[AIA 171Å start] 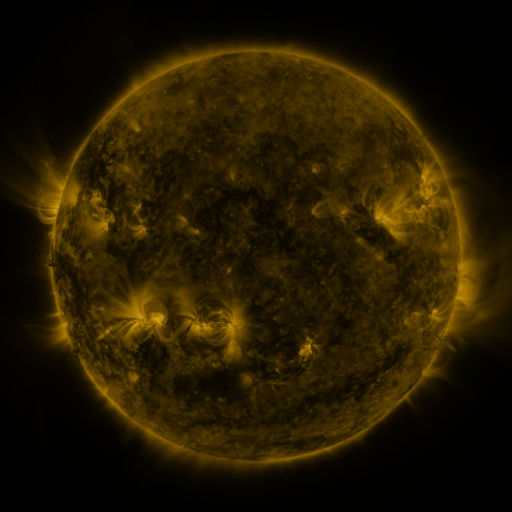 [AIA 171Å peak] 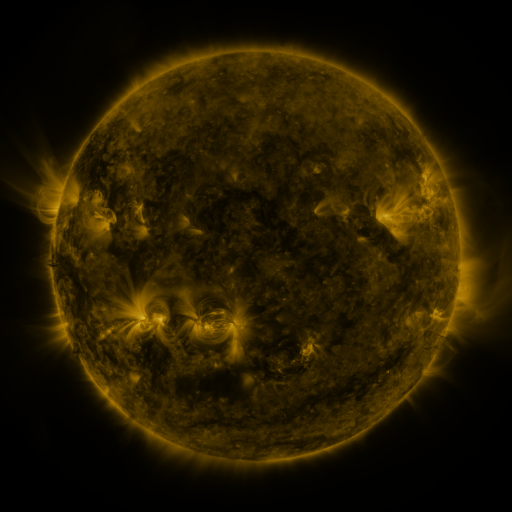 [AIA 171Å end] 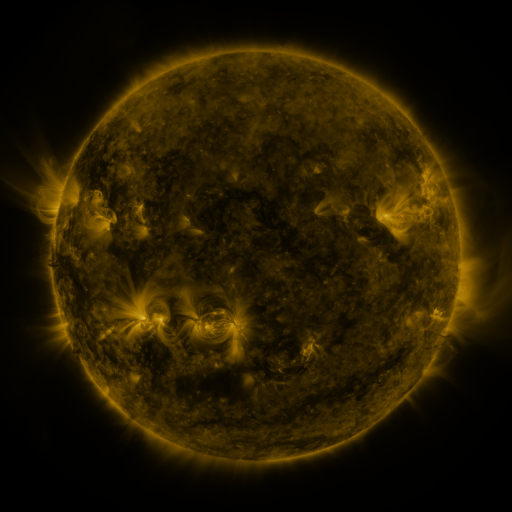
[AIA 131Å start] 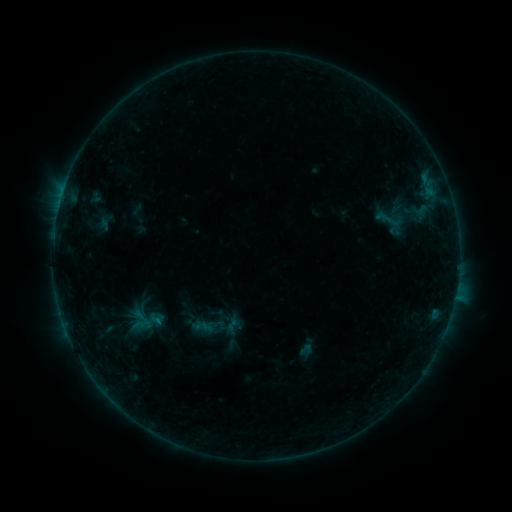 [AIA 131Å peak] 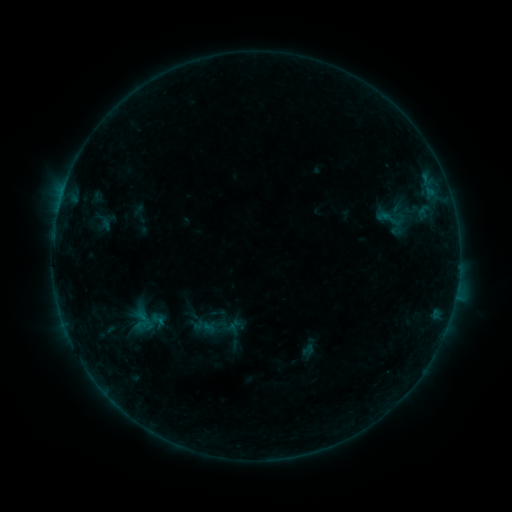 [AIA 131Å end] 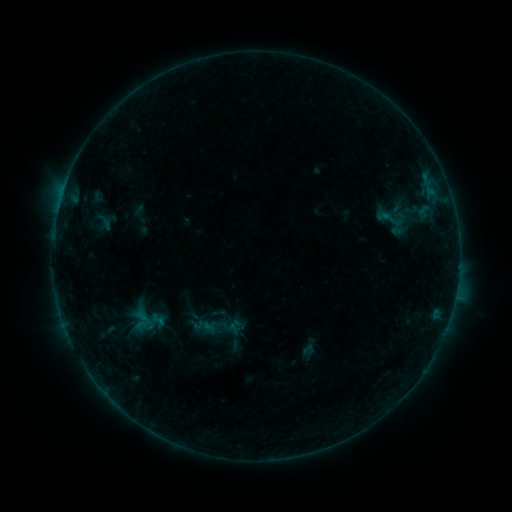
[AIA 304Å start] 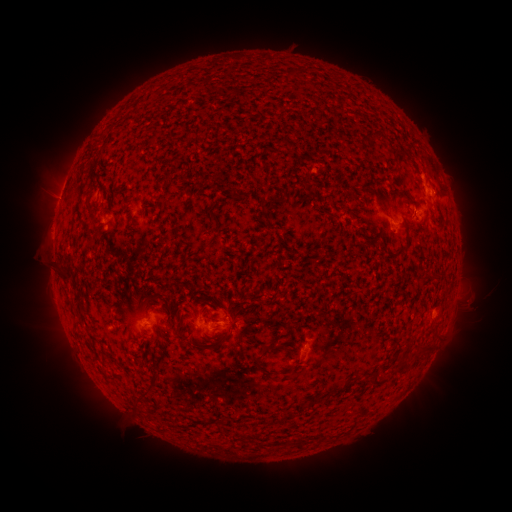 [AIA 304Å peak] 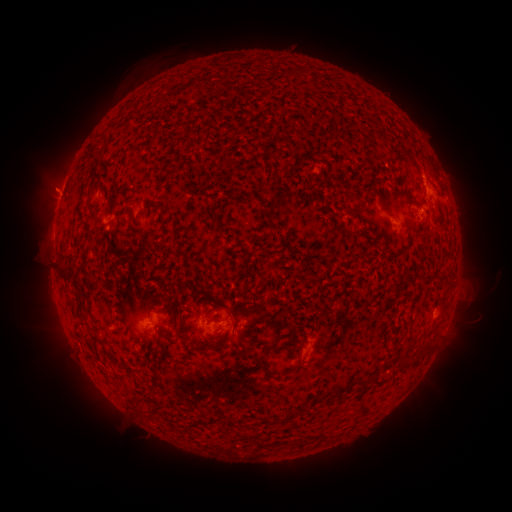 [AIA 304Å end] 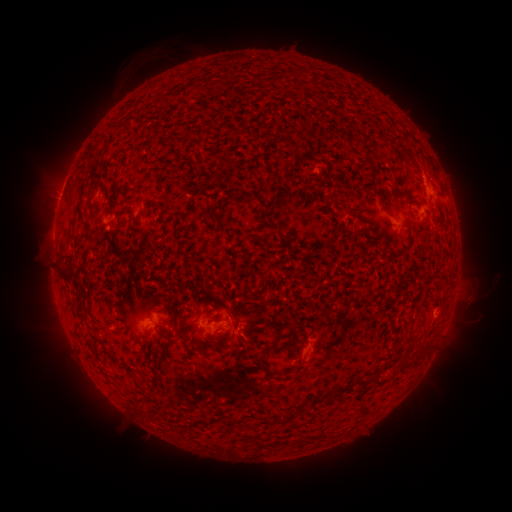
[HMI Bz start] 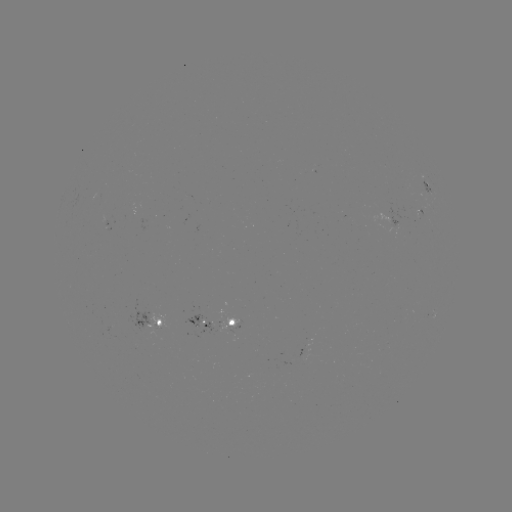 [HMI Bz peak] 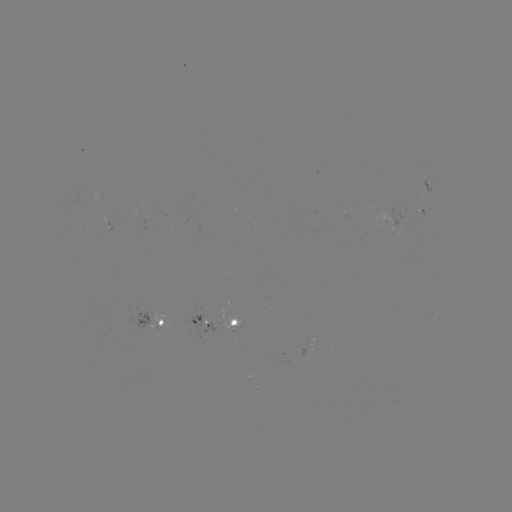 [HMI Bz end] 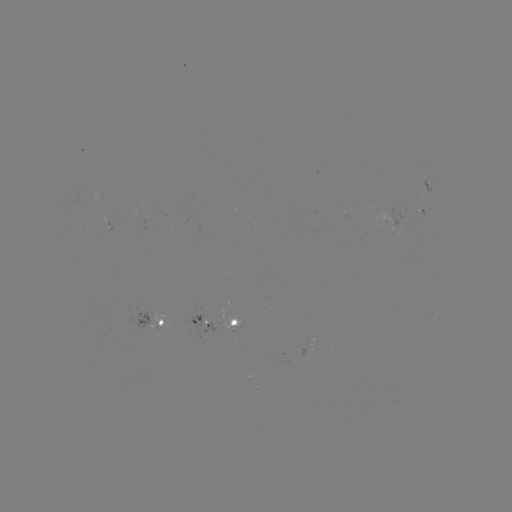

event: emerging-flux region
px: (418, 217)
